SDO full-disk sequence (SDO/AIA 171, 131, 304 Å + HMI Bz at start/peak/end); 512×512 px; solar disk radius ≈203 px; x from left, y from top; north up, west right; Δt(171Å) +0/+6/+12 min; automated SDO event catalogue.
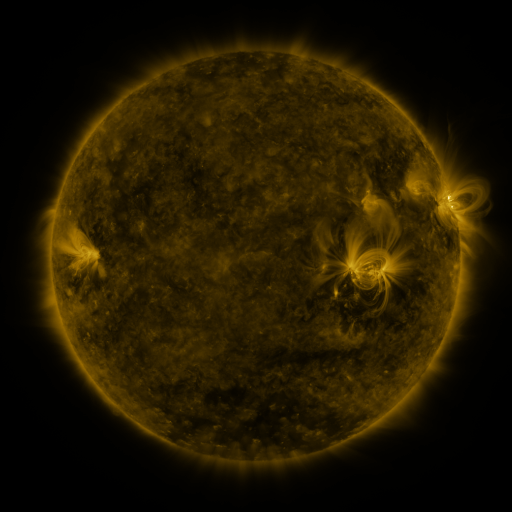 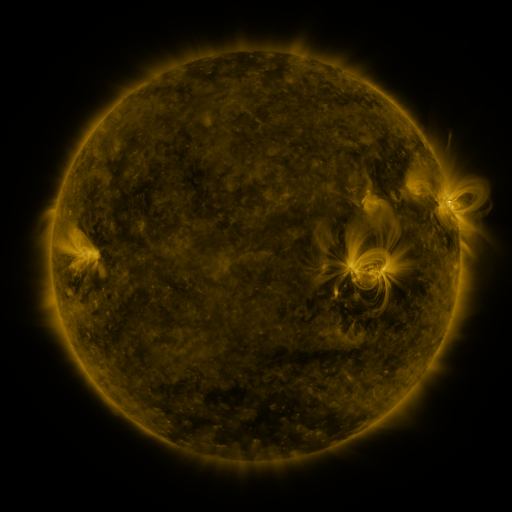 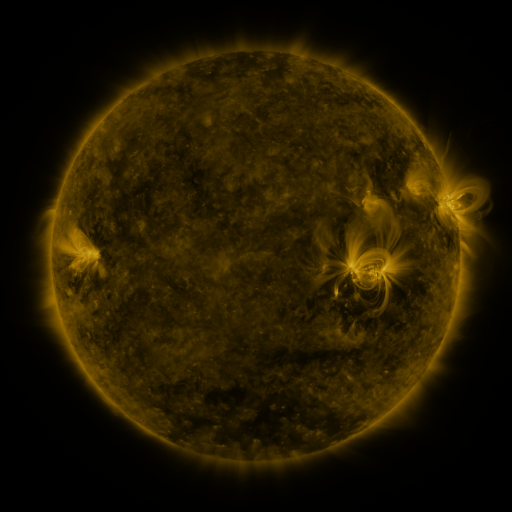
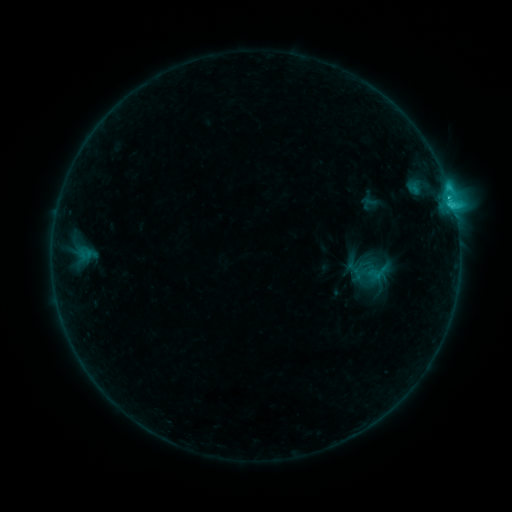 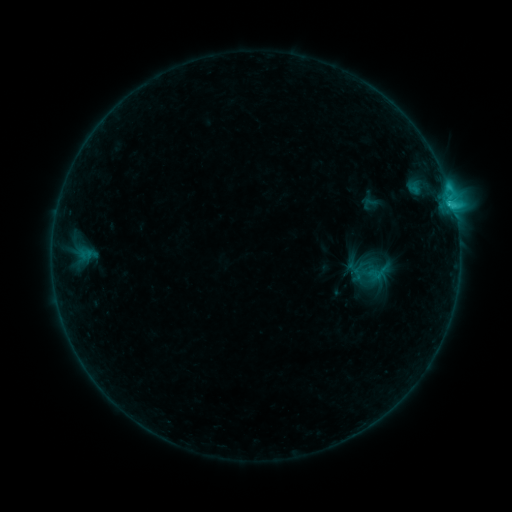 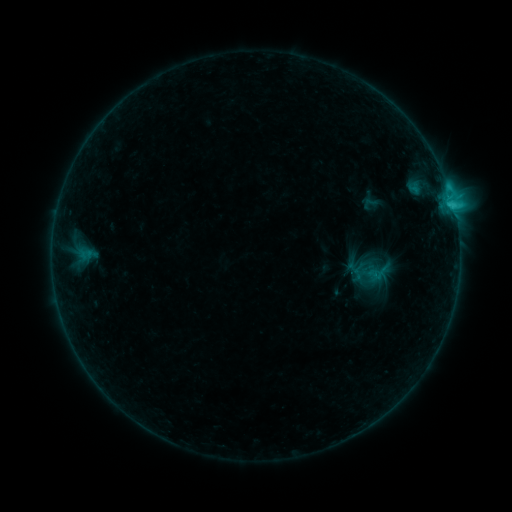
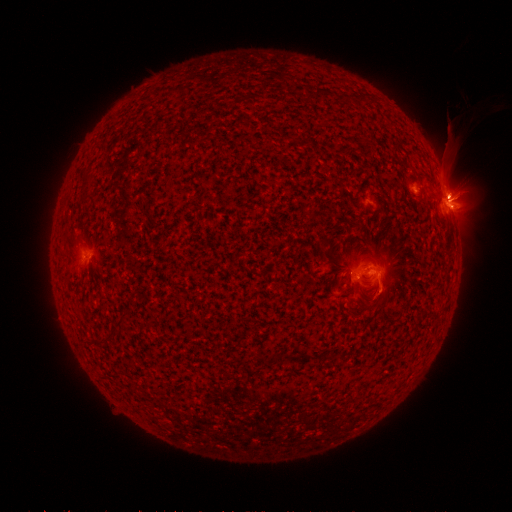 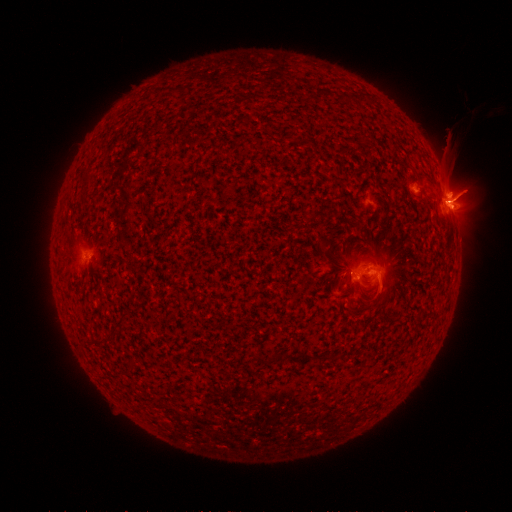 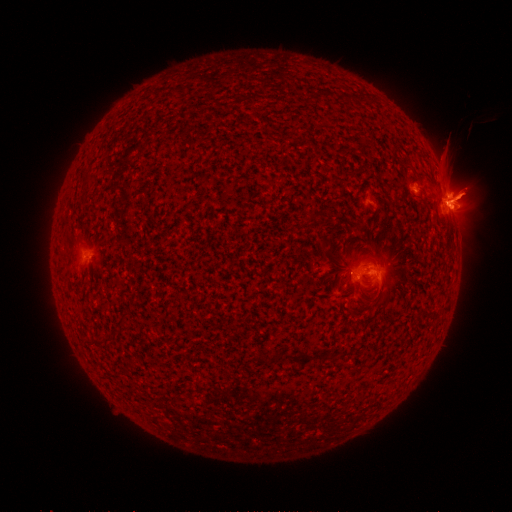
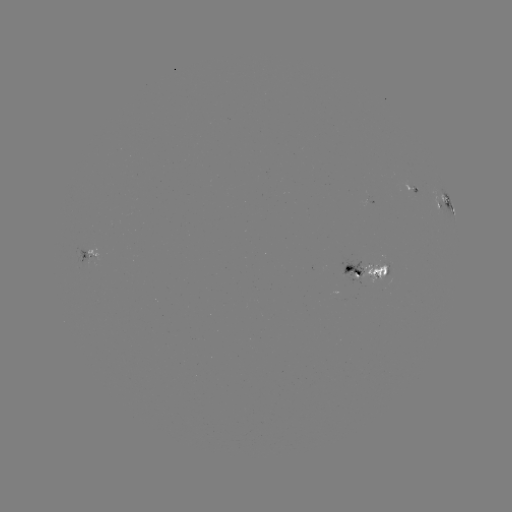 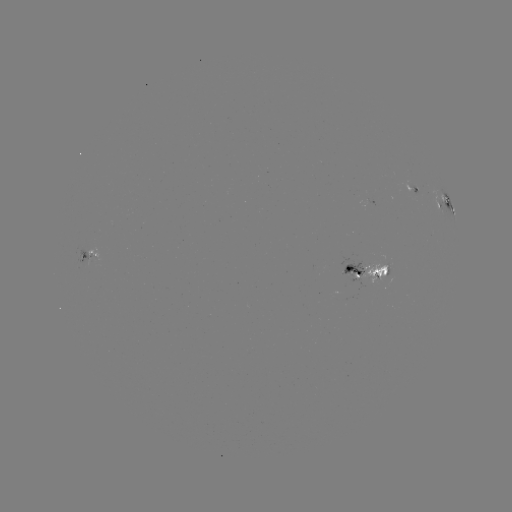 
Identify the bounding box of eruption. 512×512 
[444, 171, 488, 221].